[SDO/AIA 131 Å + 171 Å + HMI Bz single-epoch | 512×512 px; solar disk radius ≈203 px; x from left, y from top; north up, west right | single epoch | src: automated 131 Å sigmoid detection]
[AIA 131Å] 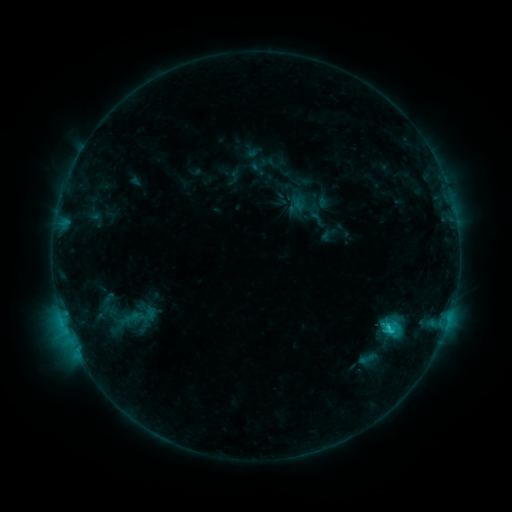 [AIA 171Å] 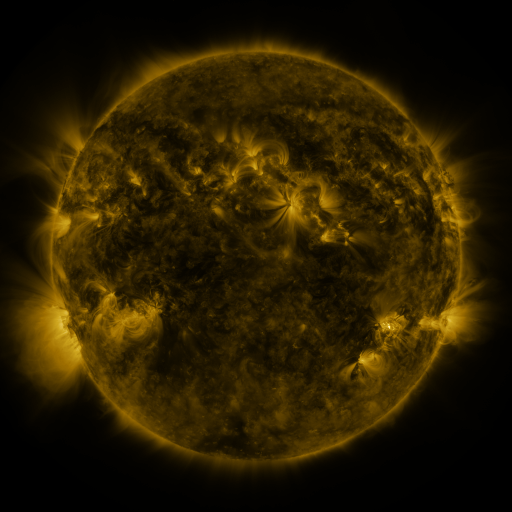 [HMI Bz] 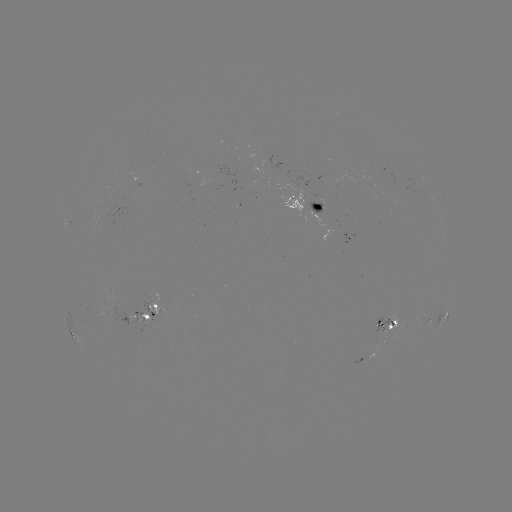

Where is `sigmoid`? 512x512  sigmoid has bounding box [356, 348, 377, 369].